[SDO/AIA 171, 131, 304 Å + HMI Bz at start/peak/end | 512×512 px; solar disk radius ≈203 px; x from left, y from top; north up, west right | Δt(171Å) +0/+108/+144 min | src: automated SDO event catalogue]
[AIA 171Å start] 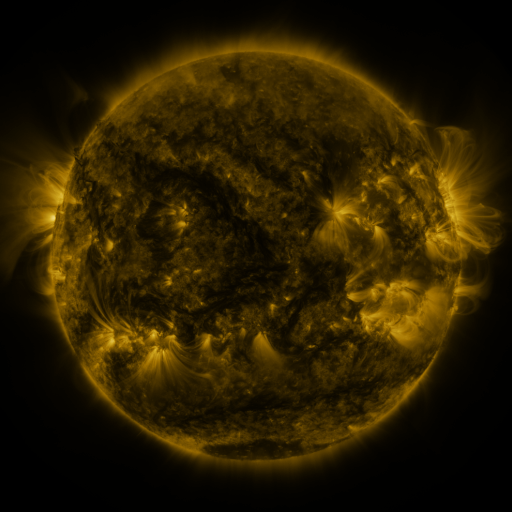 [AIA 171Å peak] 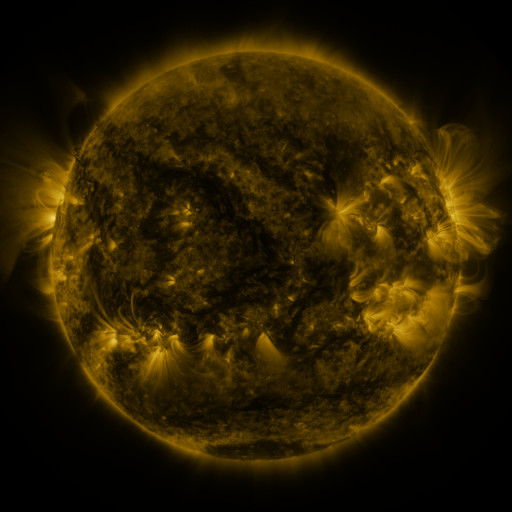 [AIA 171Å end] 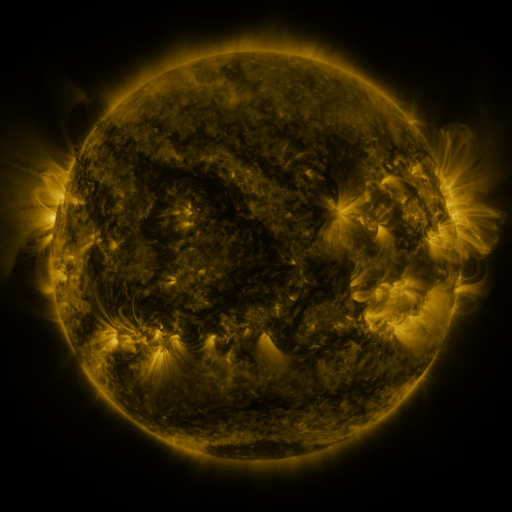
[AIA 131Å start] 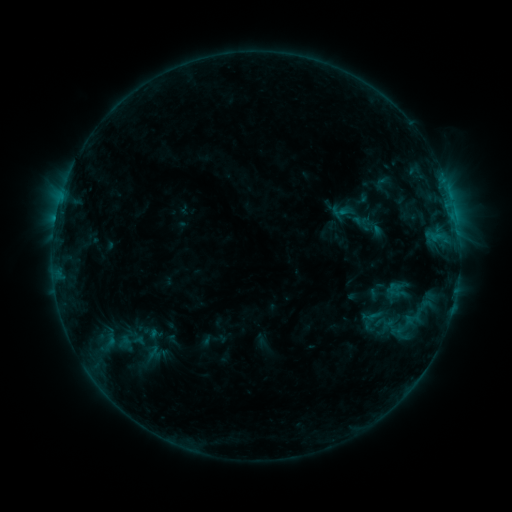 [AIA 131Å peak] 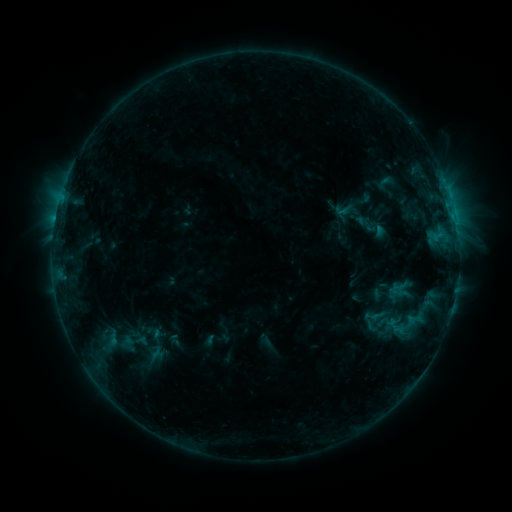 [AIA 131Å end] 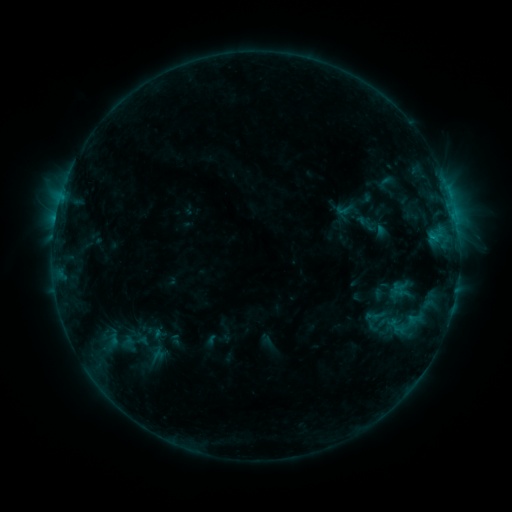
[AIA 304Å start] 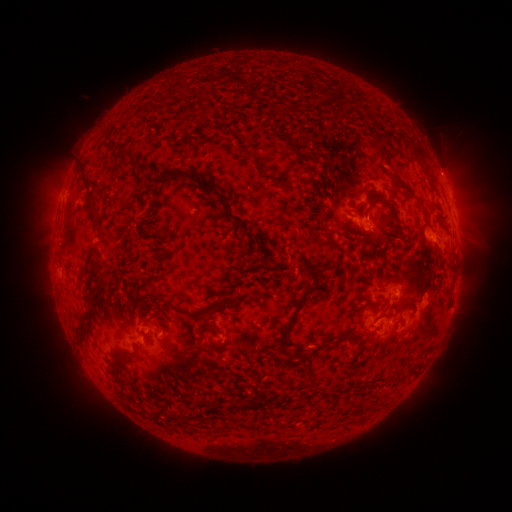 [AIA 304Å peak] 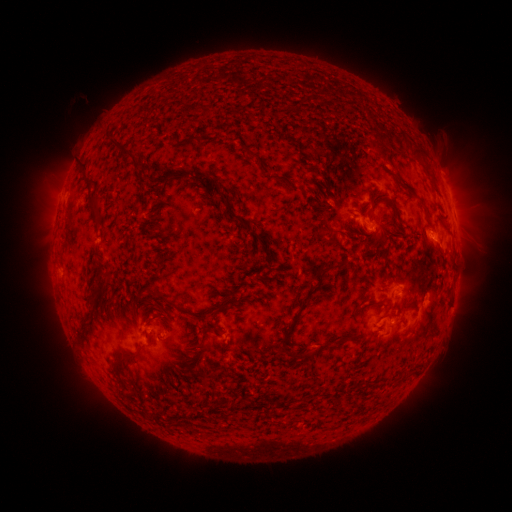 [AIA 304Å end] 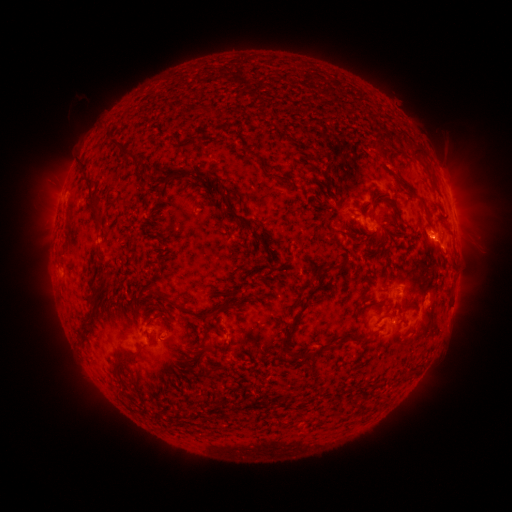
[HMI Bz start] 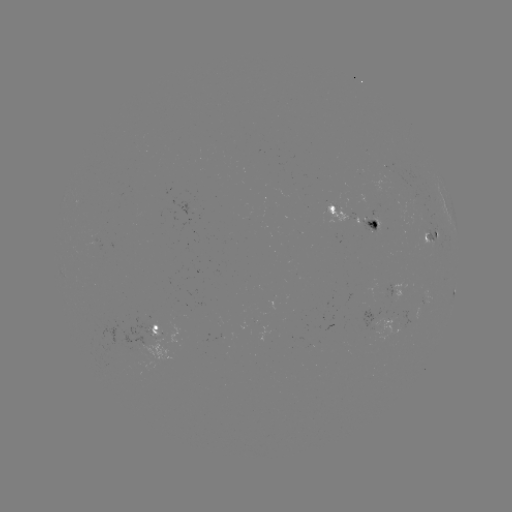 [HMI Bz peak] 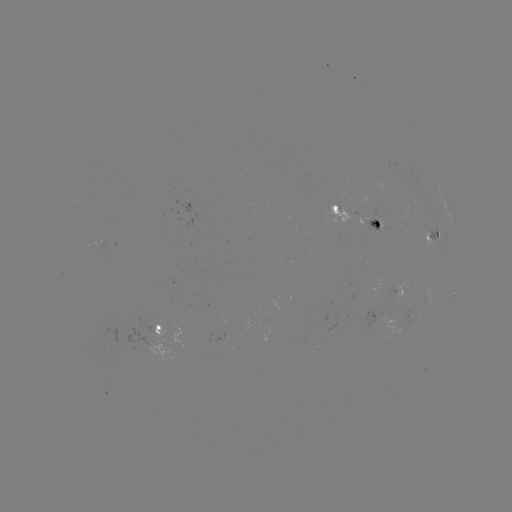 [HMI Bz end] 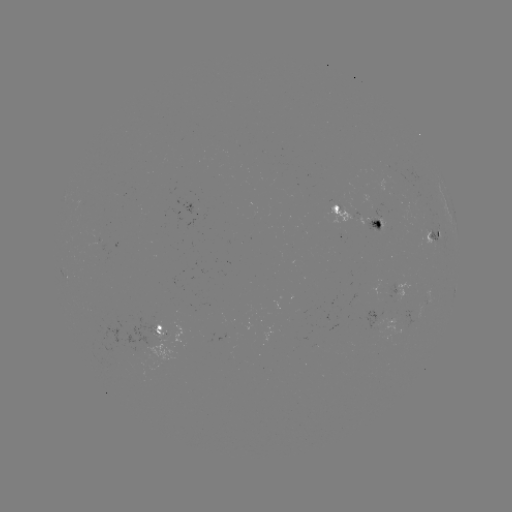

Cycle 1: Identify emerging-flux region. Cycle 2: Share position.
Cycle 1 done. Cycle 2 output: [392, 319].